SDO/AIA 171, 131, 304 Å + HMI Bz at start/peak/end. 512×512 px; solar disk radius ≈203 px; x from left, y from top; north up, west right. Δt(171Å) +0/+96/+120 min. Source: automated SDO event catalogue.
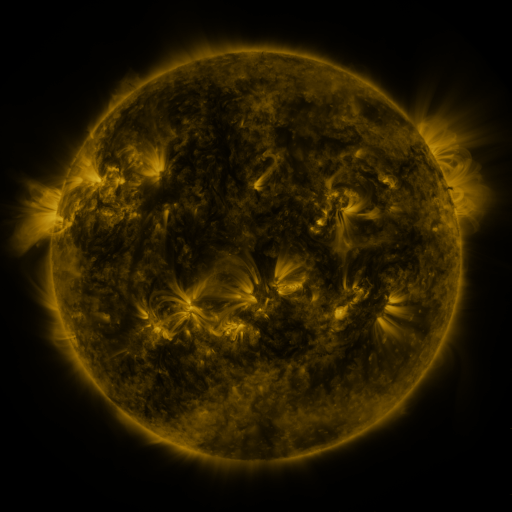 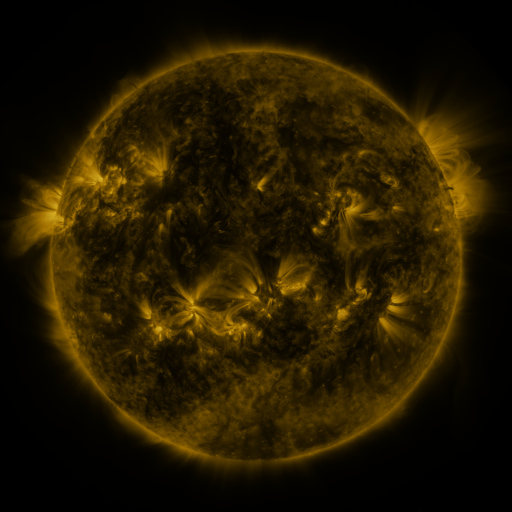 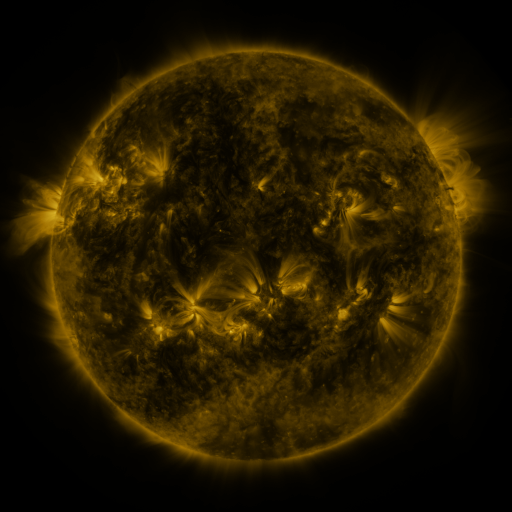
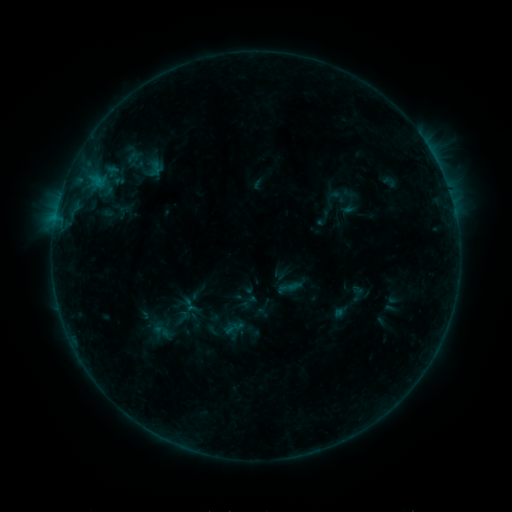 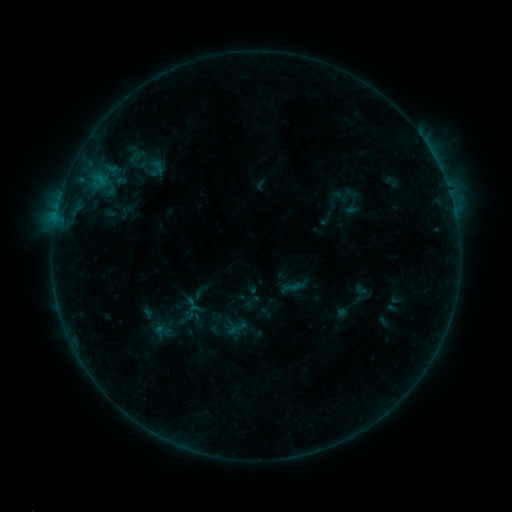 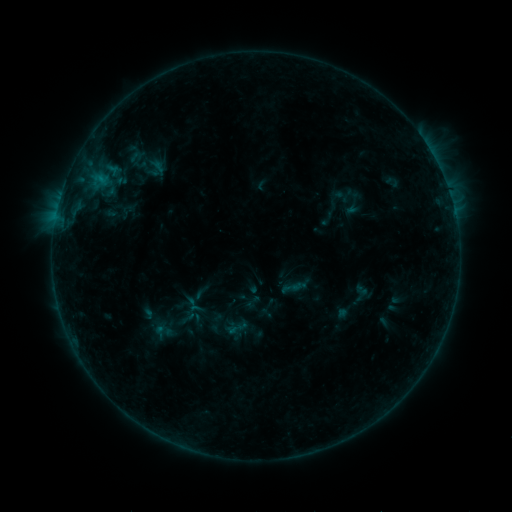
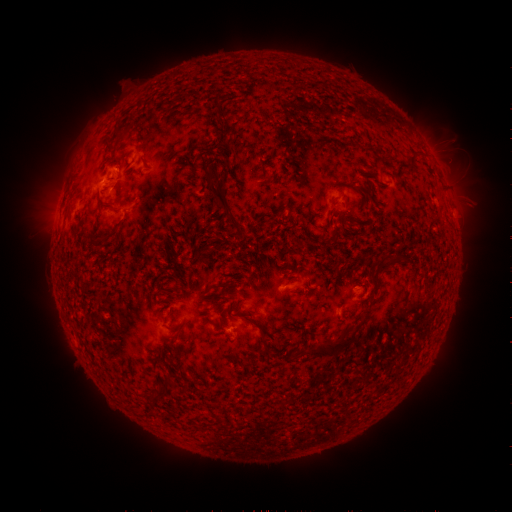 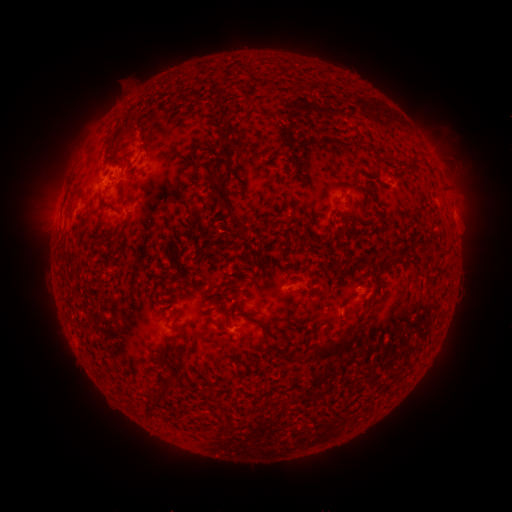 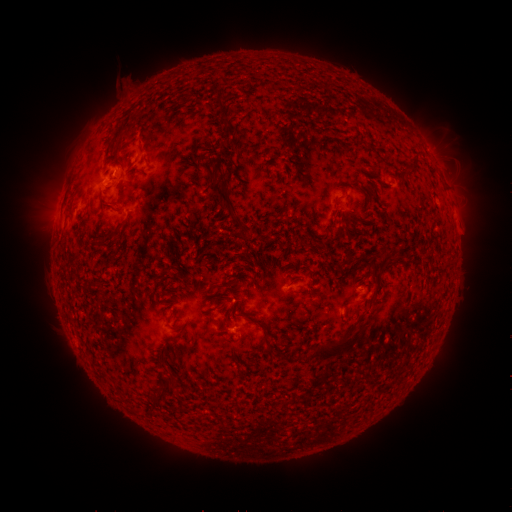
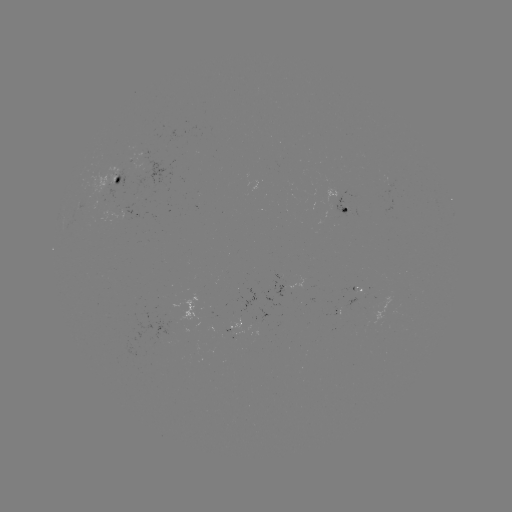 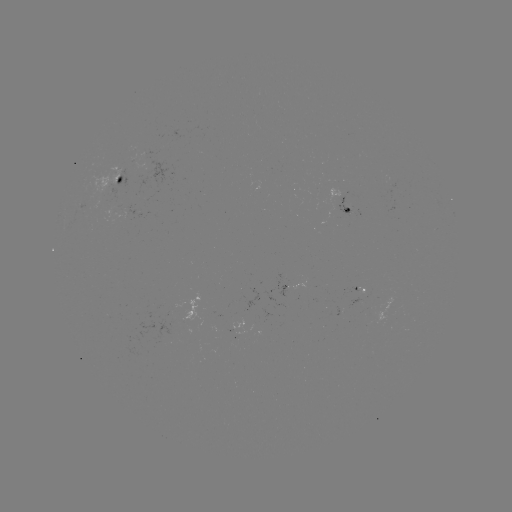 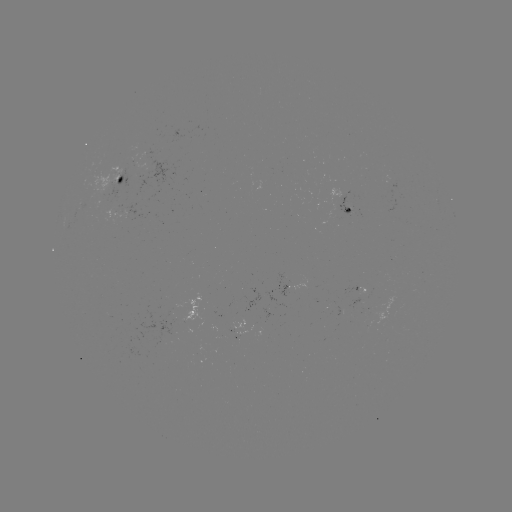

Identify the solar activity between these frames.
emerging-flux region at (347, 212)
